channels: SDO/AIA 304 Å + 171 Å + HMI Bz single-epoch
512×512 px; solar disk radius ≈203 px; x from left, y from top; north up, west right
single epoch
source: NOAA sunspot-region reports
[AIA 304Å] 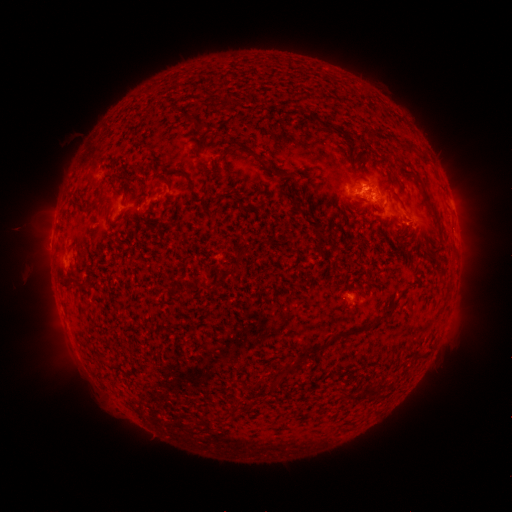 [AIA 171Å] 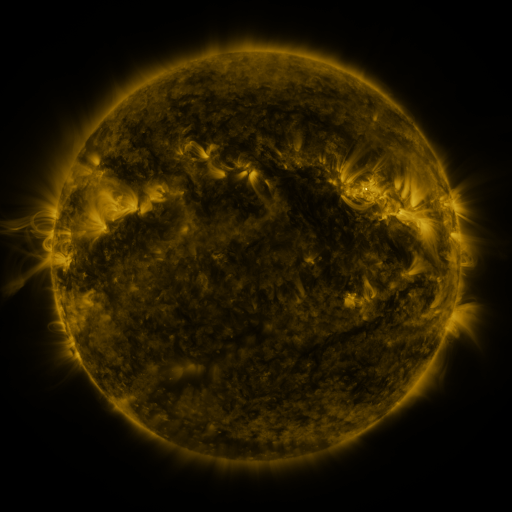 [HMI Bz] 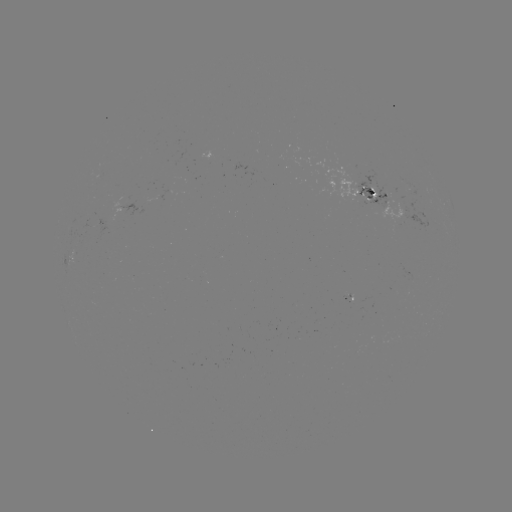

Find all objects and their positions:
spotted active region: (370, 194)
spotted active region: (350, 298)
